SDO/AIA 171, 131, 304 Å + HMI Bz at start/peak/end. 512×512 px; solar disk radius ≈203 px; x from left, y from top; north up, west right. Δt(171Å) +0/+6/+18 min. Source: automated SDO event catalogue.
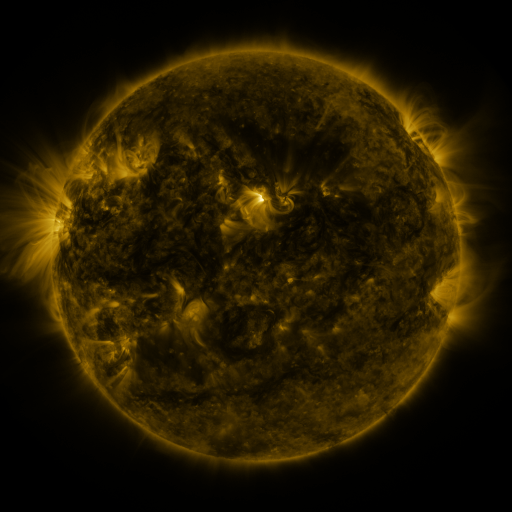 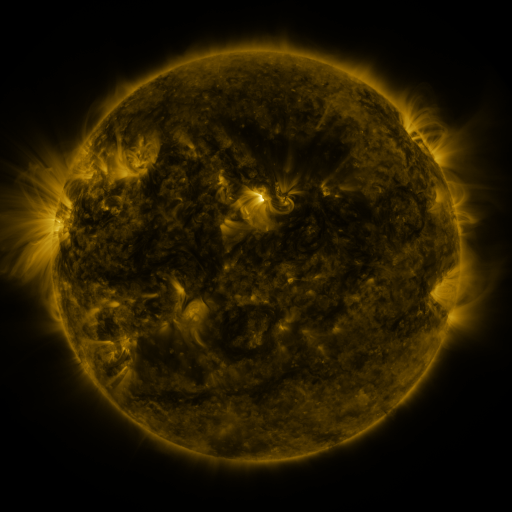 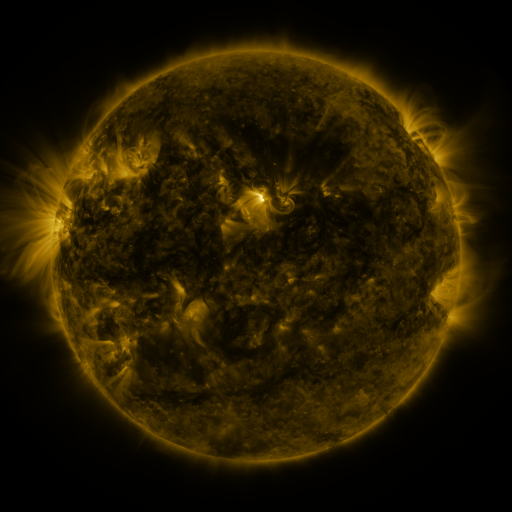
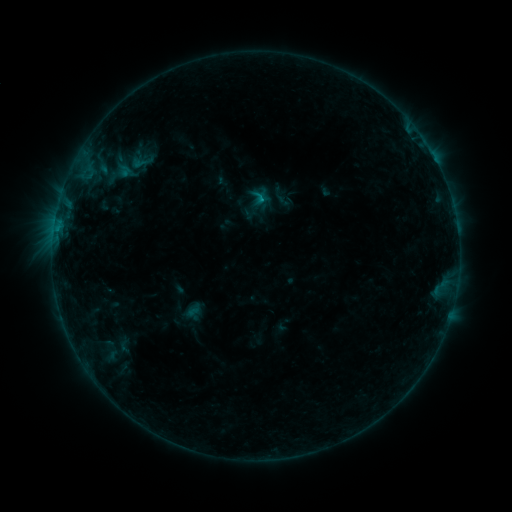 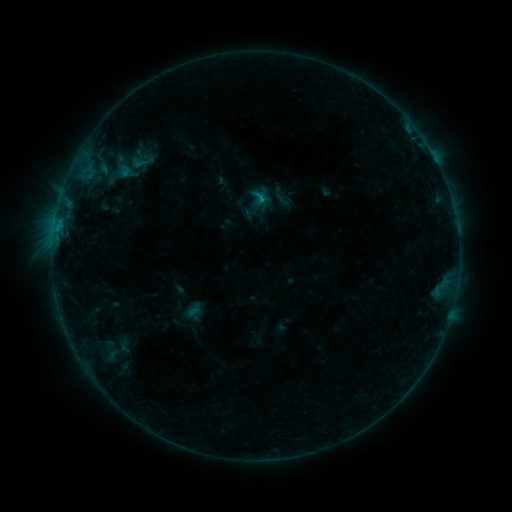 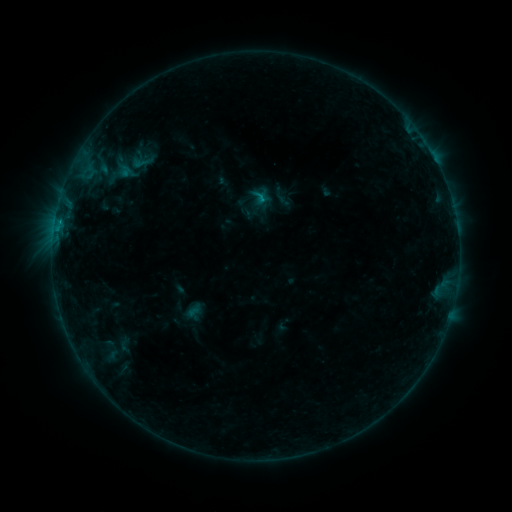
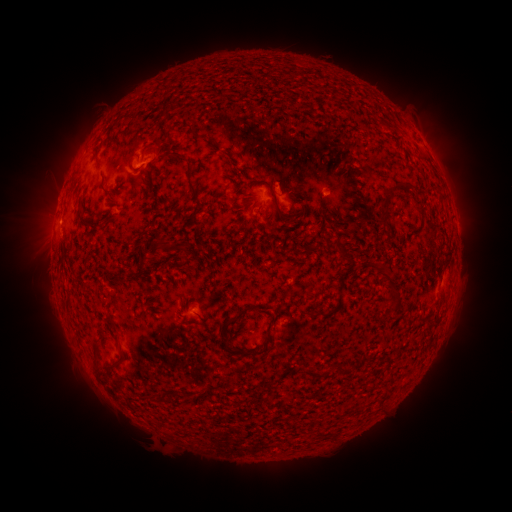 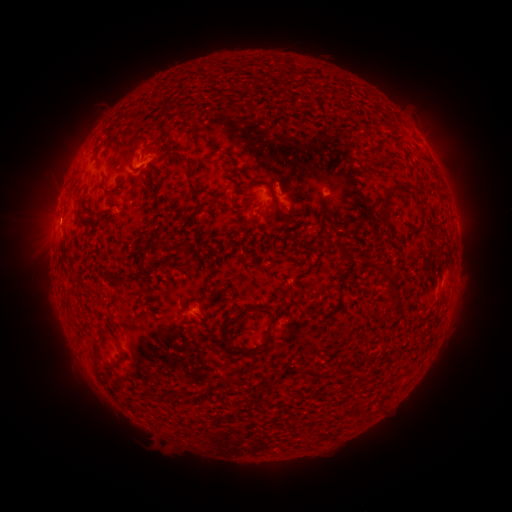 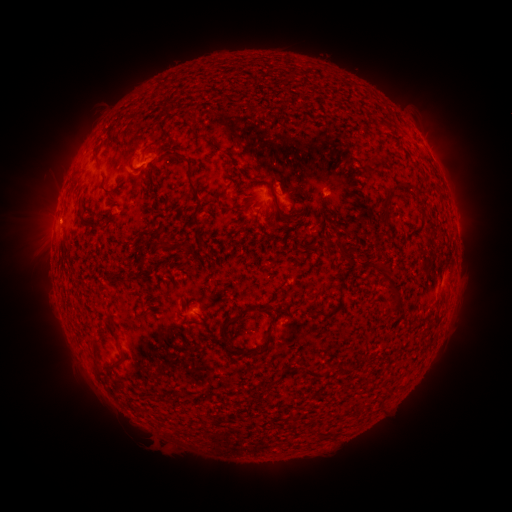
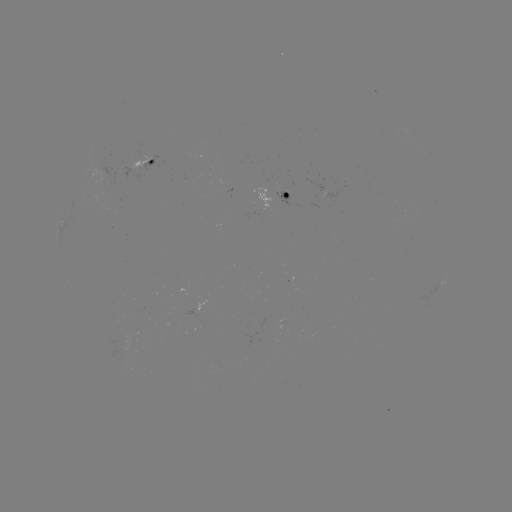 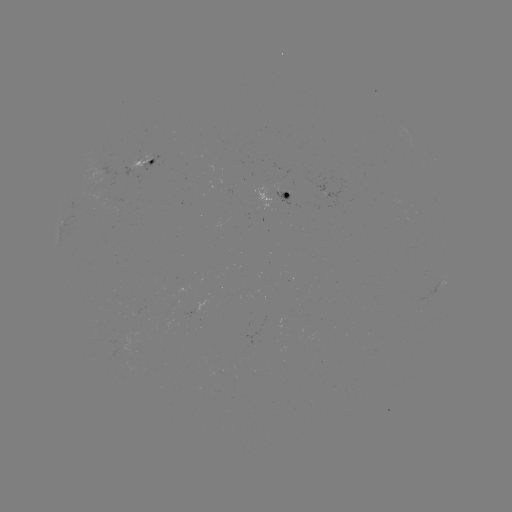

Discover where B3.4 flare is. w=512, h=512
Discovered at (60, 222).